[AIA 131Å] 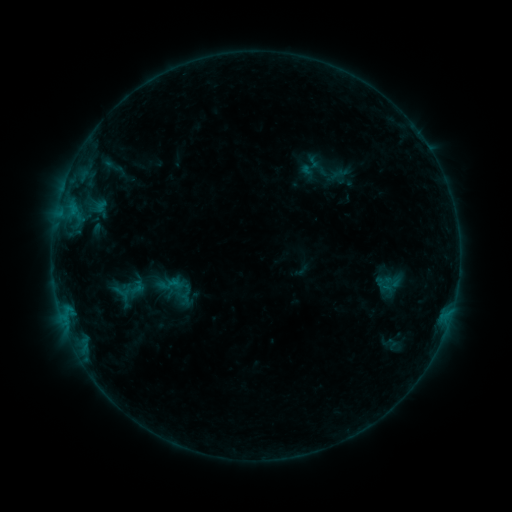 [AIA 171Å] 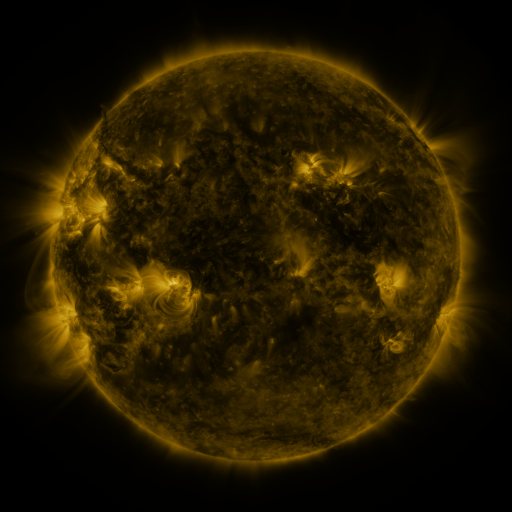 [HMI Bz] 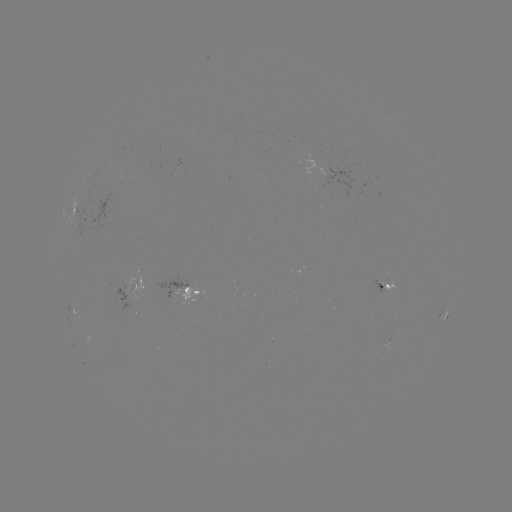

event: sigmoid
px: (170, 285)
